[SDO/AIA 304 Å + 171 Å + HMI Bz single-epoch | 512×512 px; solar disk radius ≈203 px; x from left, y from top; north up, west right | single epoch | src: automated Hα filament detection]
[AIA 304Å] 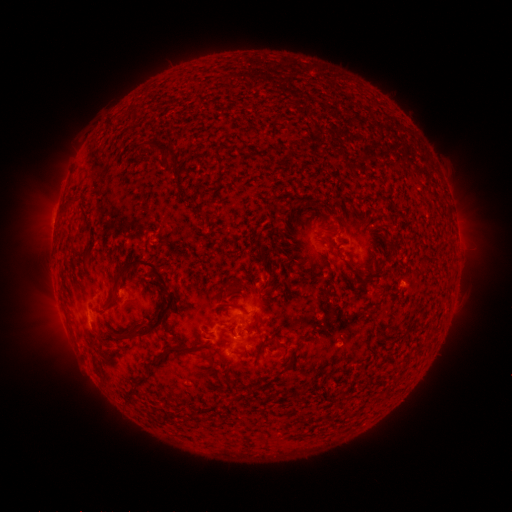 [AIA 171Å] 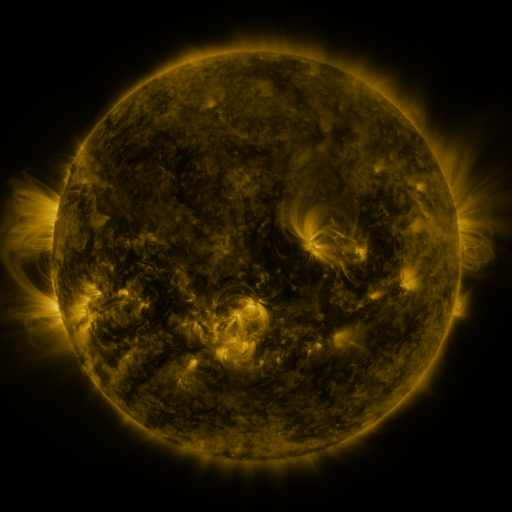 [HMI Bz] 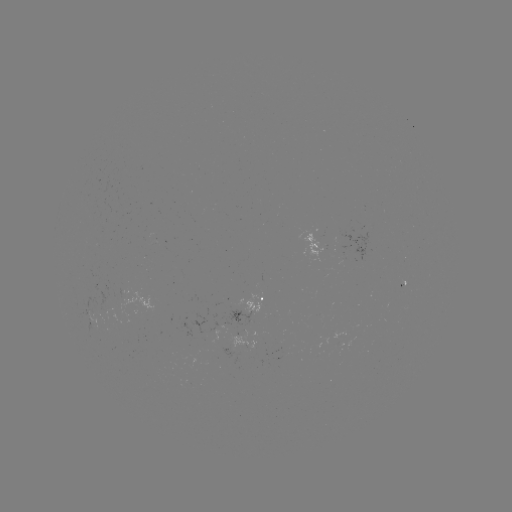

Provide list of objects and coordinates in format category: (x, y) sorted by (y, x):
filament: (170, 148)
filament: (68, 203)
filament: (86, 256)
filament: (175, 292)
filament: (112, 302)
filament: (237, 307)
filament: (98, 337)
filament: (180, 349)
filament: (245, 351)
filament: (210, 359)
filament: (153, 362)
filament: (347, 415)
